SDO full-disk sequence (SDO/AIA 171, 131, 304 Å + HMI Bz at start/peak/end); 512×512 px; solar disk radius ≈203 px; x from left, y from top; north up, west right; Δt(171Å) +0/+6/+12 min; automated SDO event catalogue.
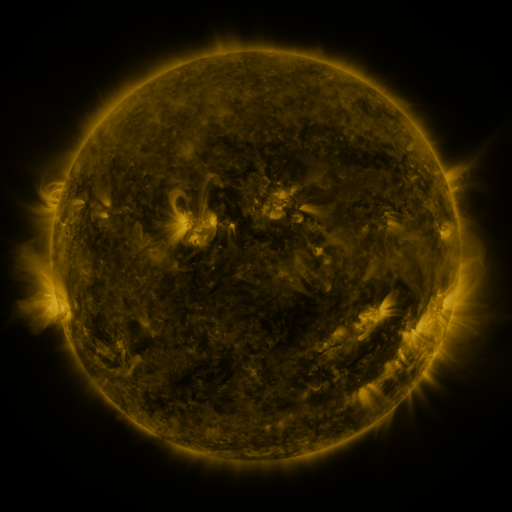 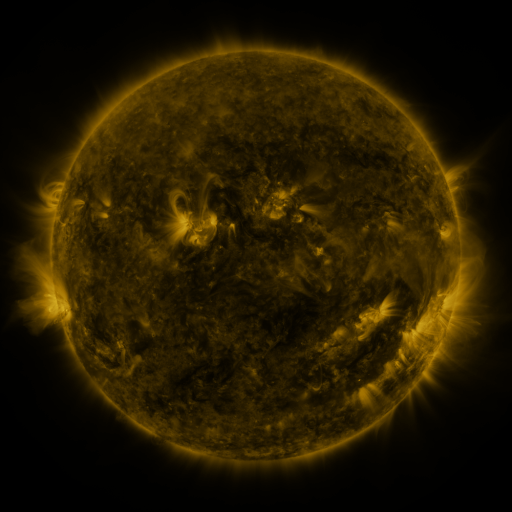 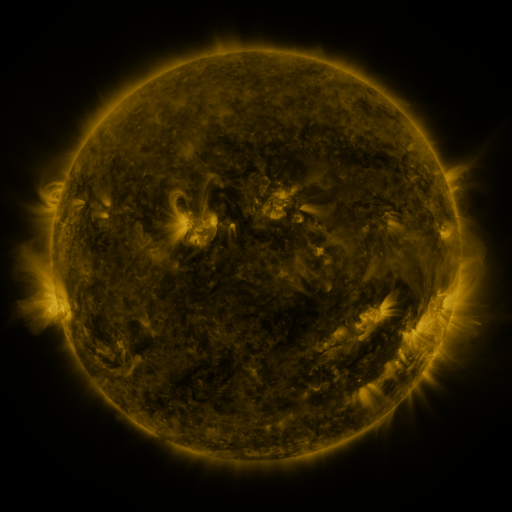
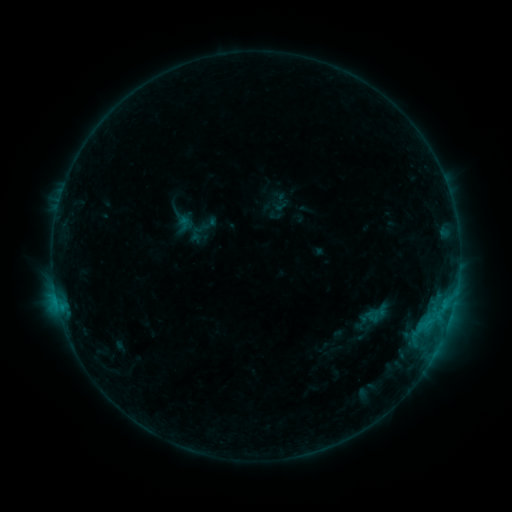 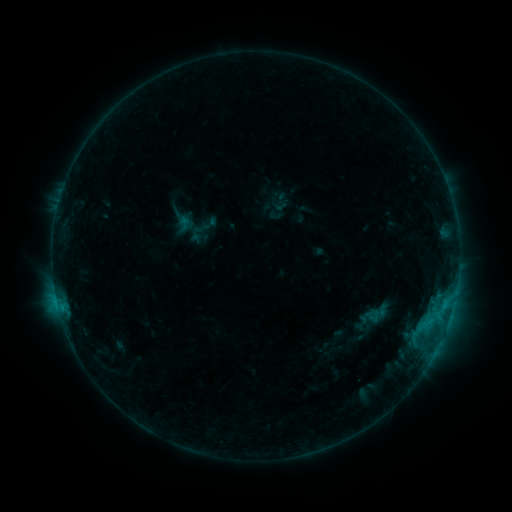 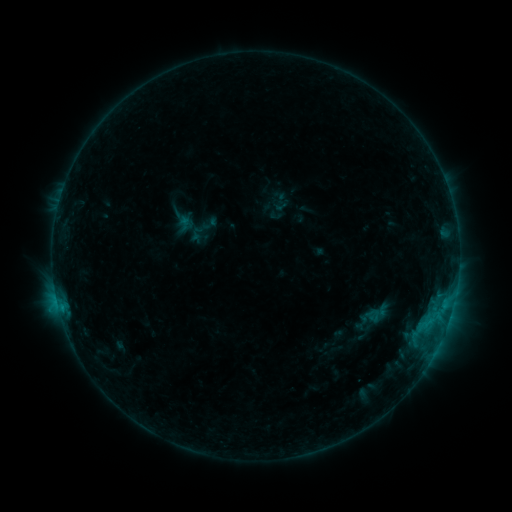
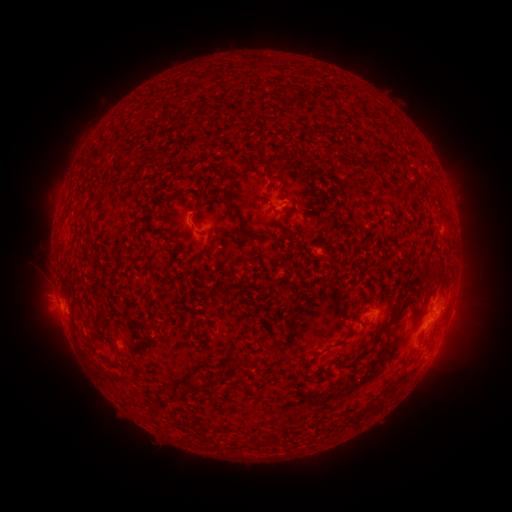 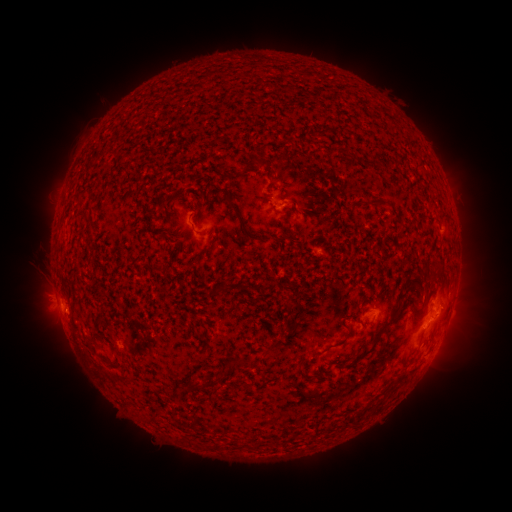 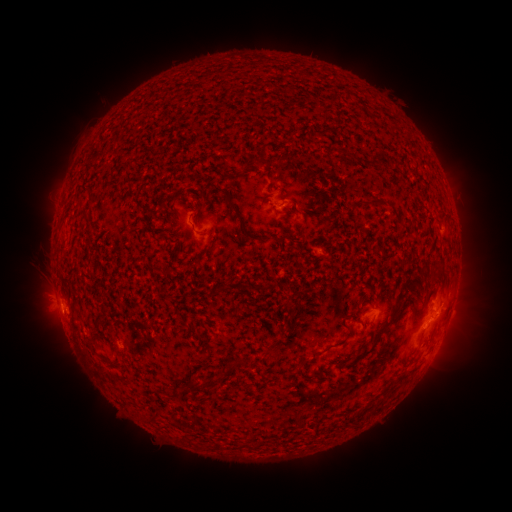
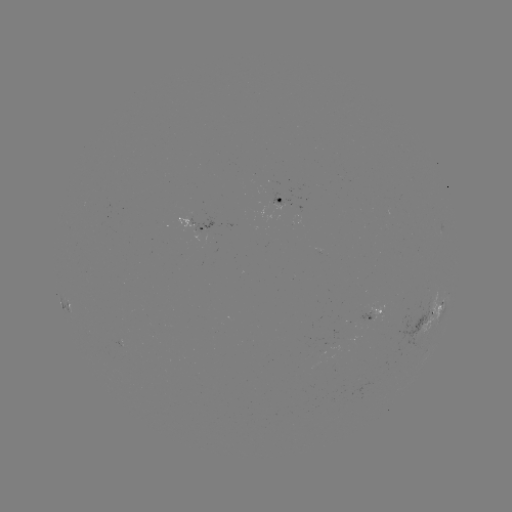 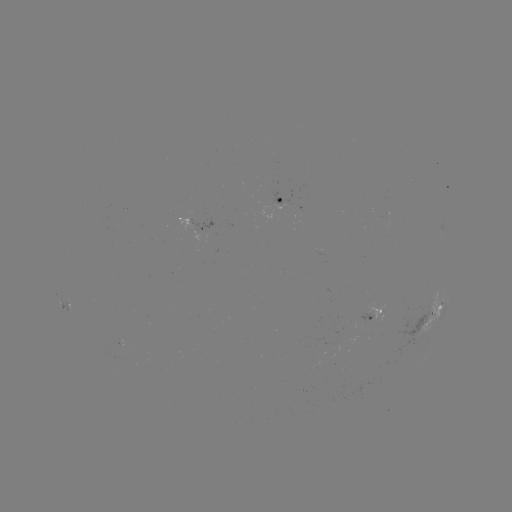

no catalogued flare and no flagged EUV brightening in this window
